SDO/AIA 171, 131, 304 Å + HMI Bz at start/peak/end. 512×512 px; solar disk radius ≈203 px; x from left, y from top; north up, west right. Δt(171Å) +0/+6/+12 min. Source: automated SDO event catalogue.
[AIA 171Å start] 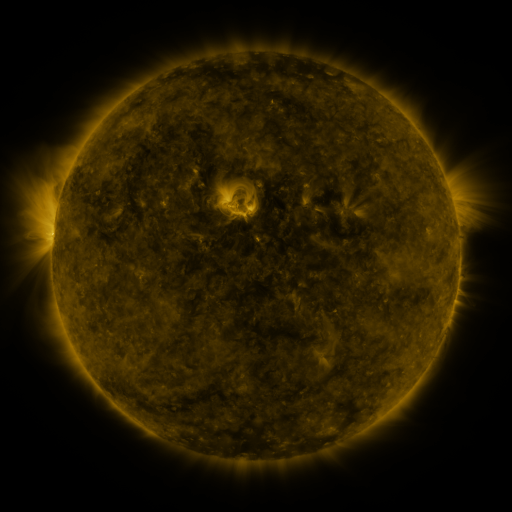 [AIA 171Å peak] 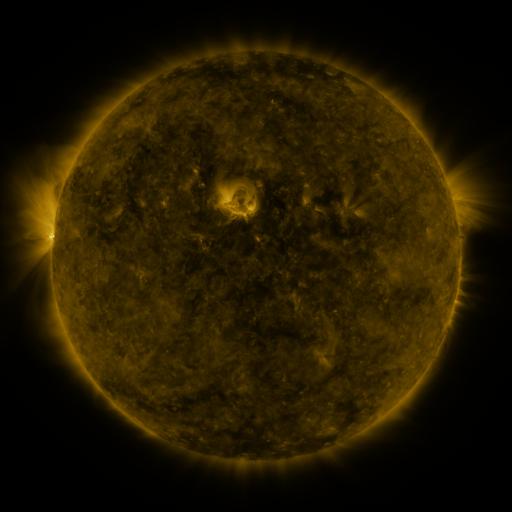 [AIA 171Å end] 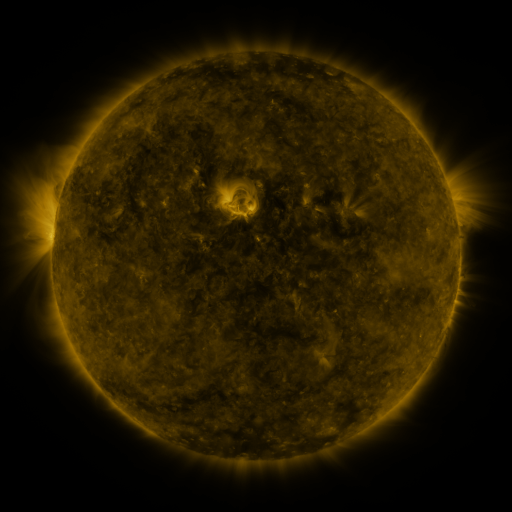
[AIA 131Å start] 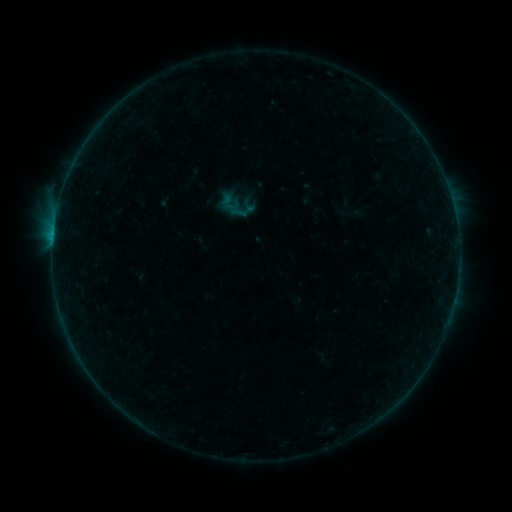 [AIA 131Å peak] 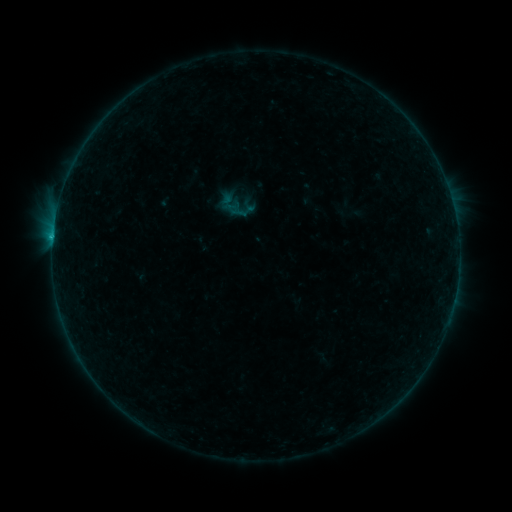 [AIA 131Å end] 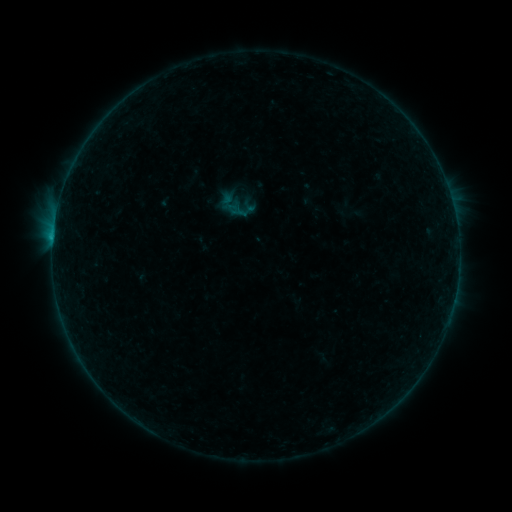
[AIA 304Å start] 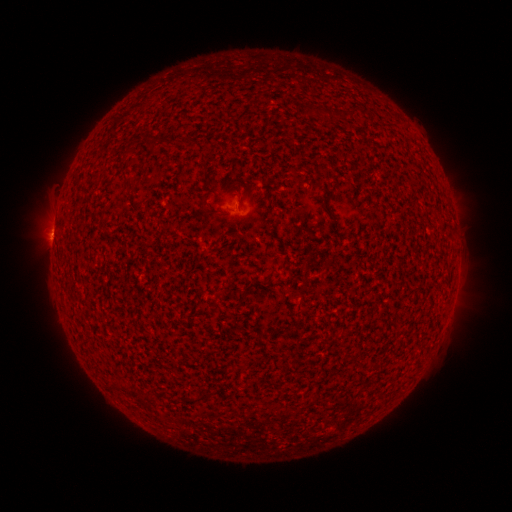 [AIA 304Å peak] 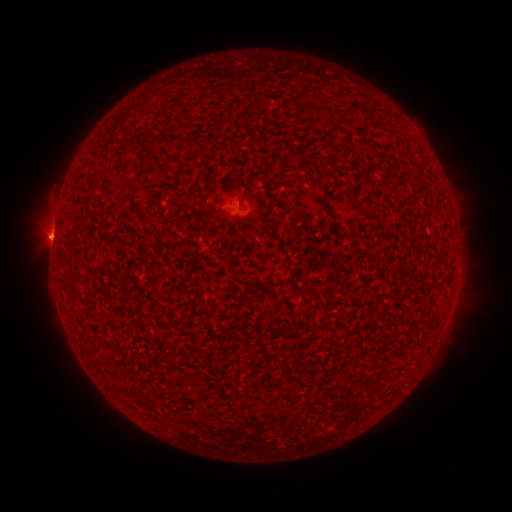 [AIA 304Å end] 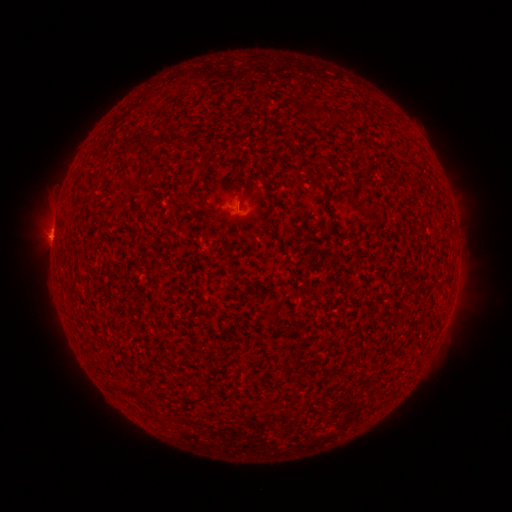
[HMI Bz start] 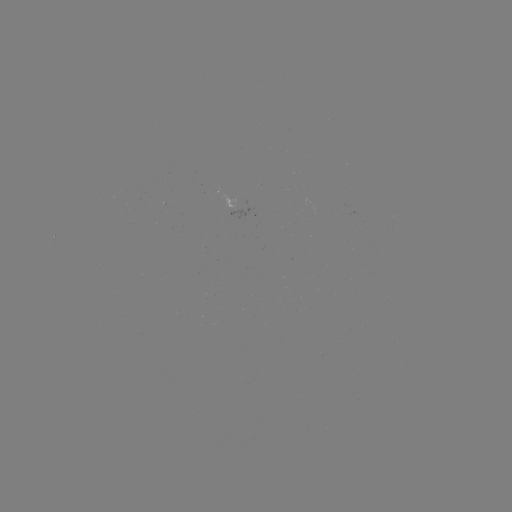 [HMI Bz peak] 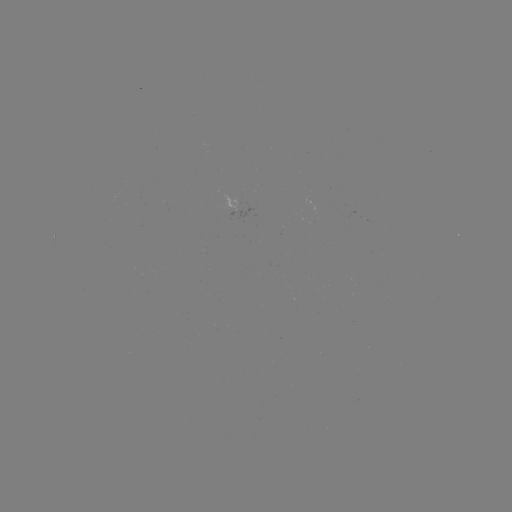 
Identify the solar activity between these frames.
B3.1 flare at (53, 238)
